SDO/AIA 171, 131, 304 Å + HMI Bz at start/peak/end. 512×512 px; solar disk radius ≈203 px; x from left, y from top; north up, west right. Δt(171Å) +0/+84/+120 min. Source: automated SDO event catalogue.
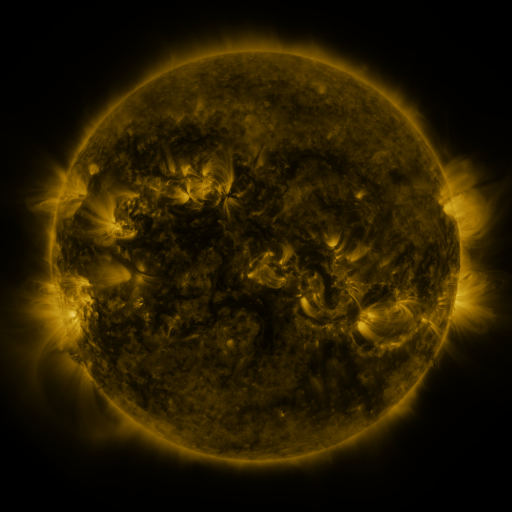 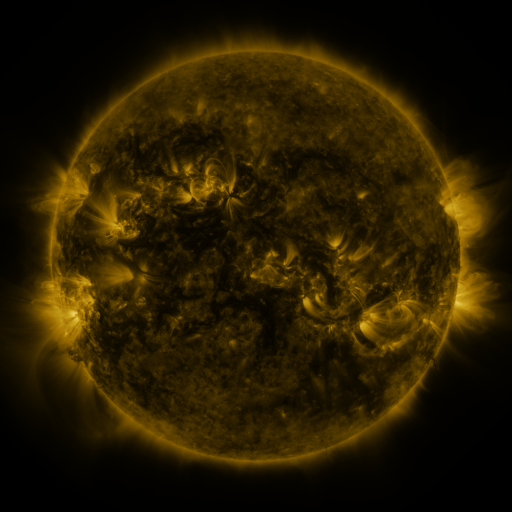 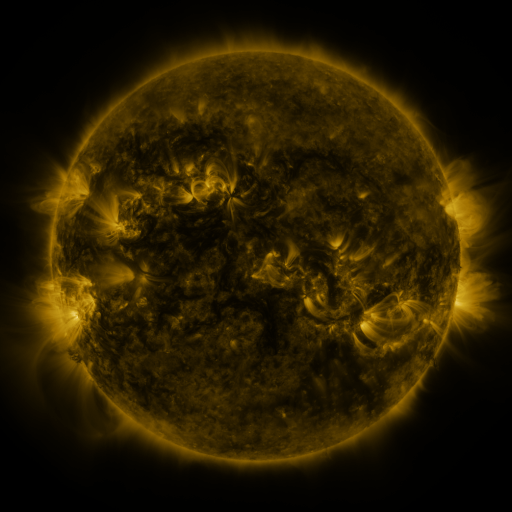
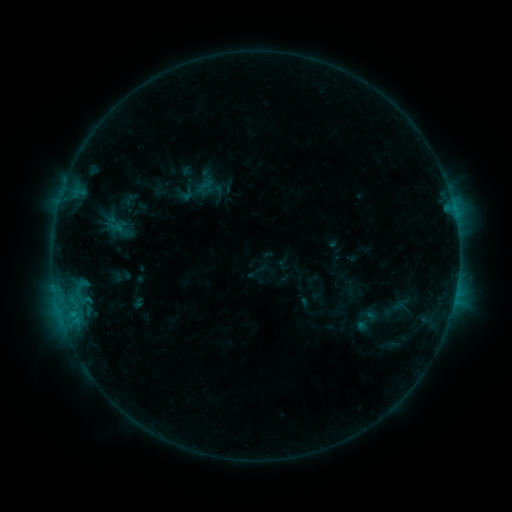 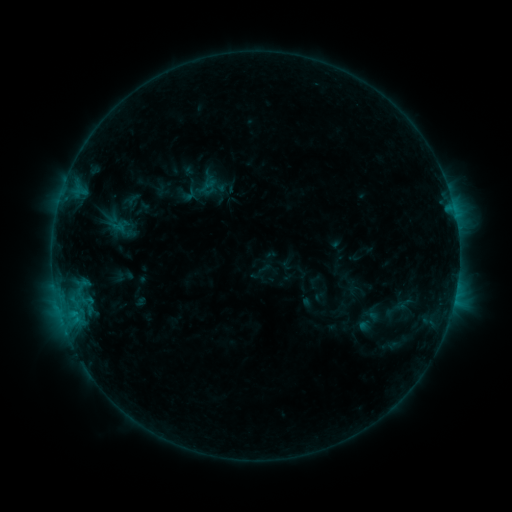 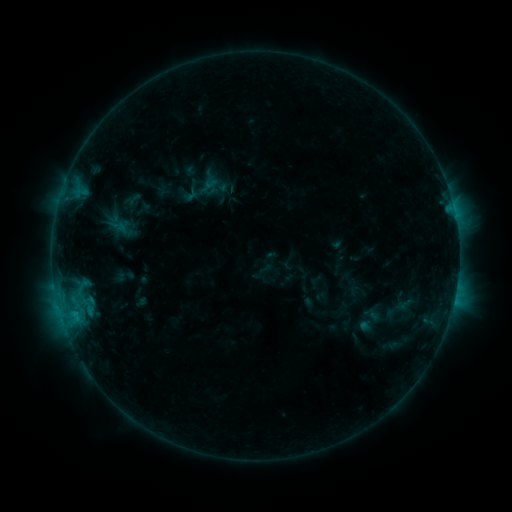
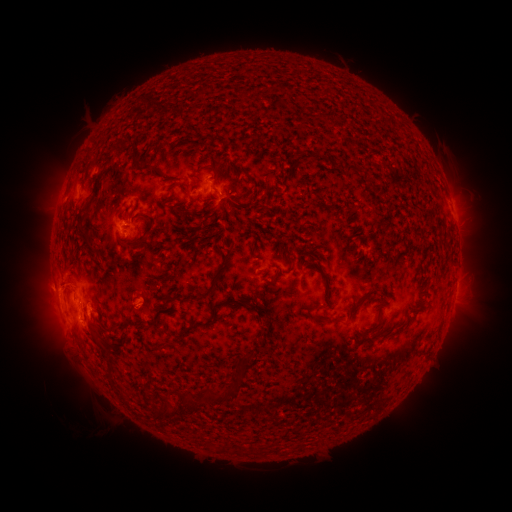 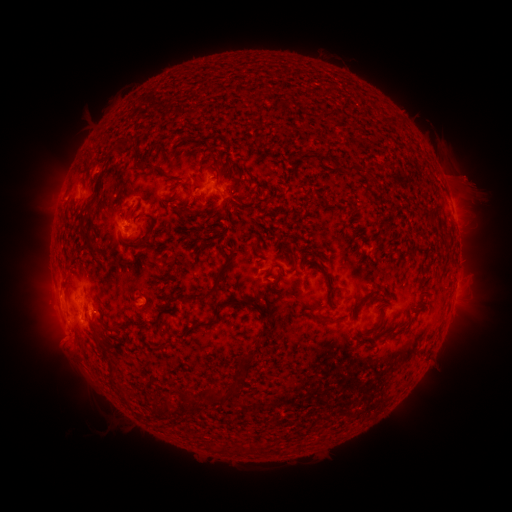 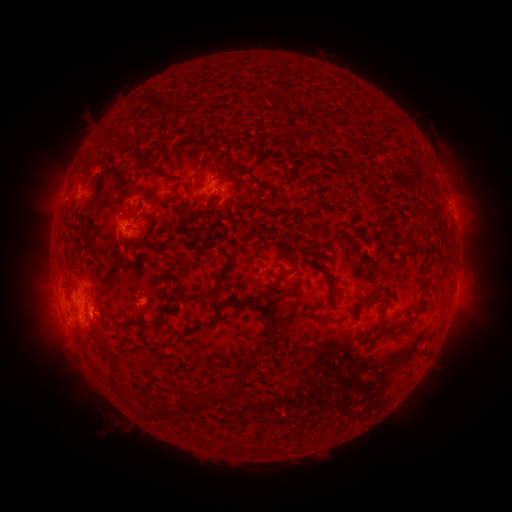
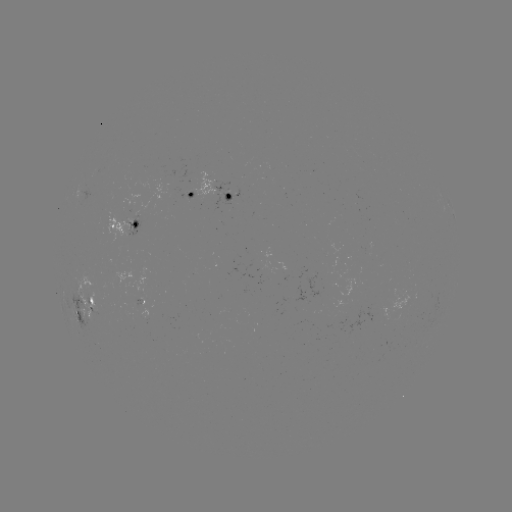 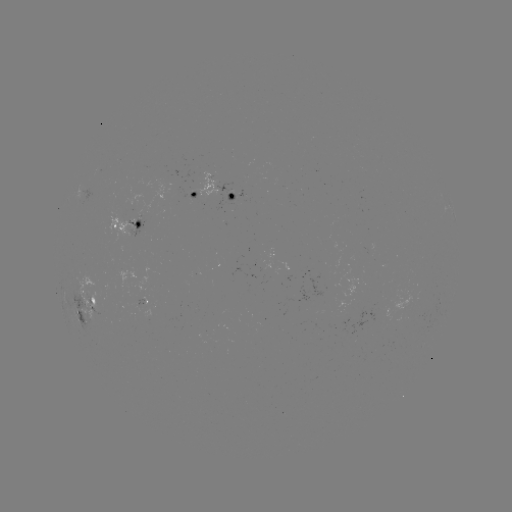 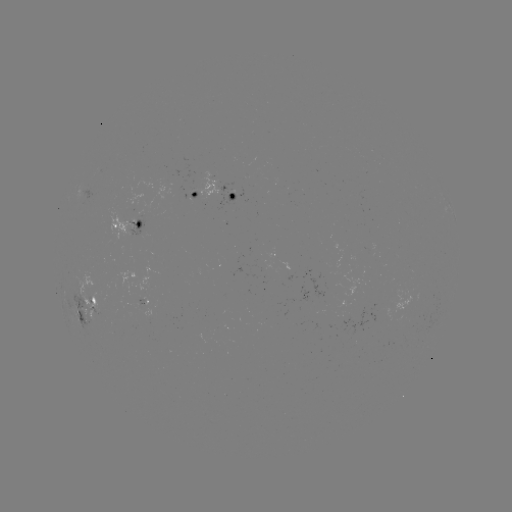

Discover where emerging-flux region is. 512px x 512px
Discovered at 232,197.